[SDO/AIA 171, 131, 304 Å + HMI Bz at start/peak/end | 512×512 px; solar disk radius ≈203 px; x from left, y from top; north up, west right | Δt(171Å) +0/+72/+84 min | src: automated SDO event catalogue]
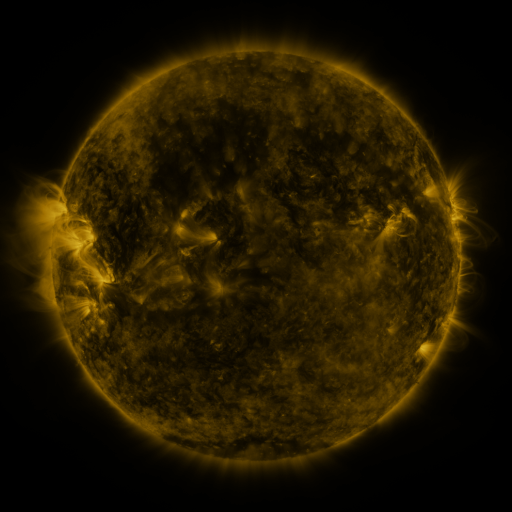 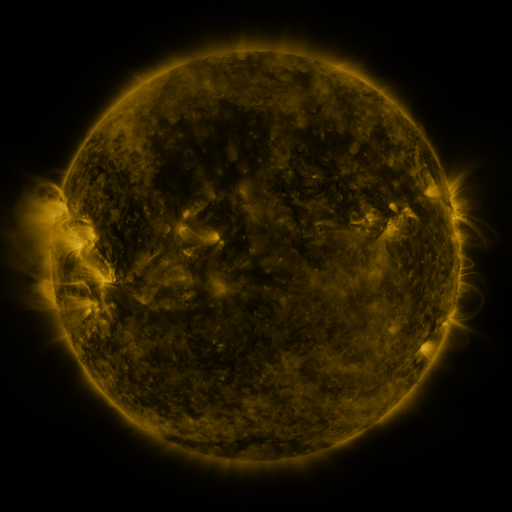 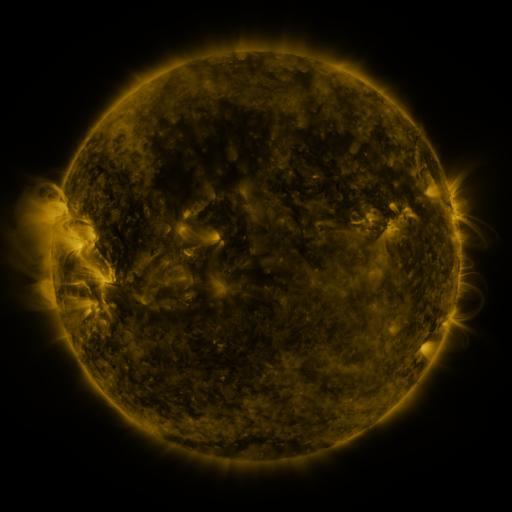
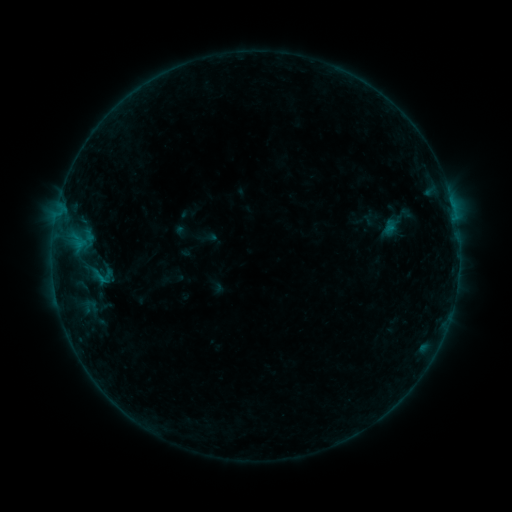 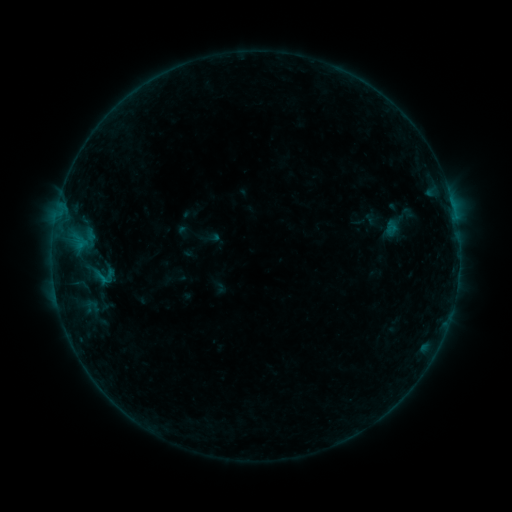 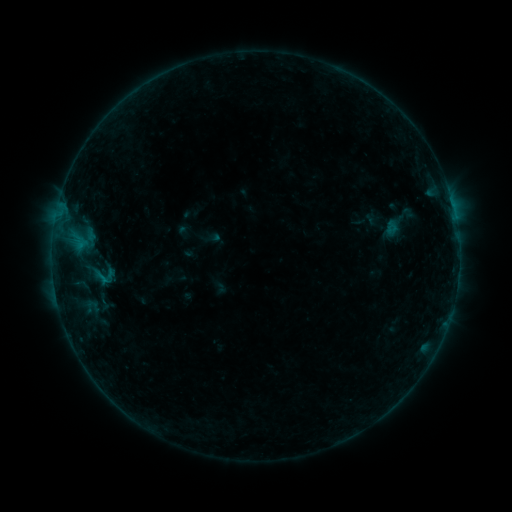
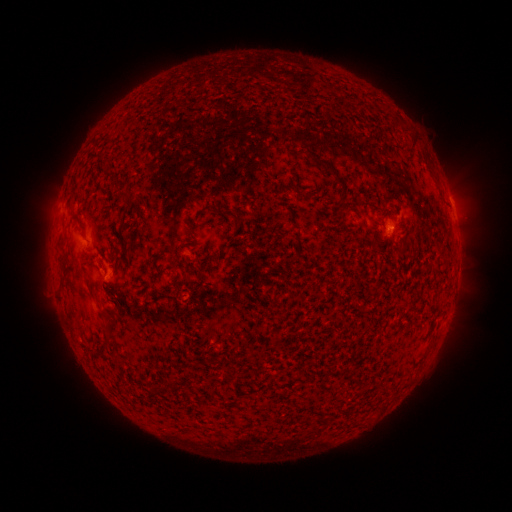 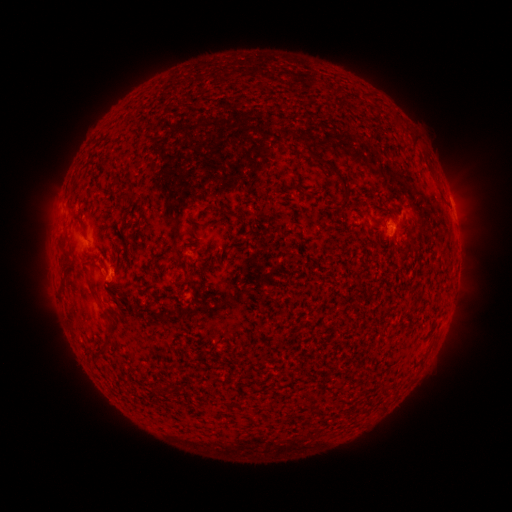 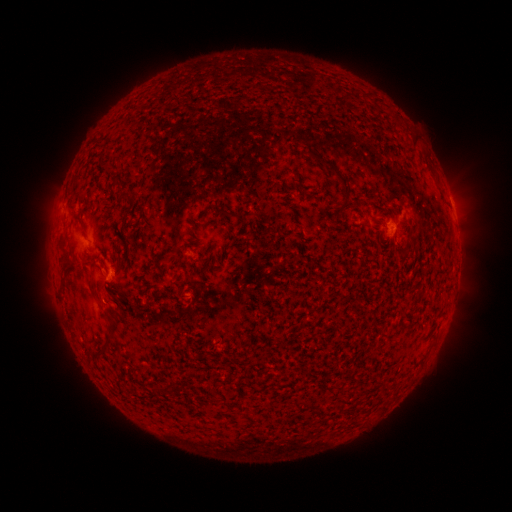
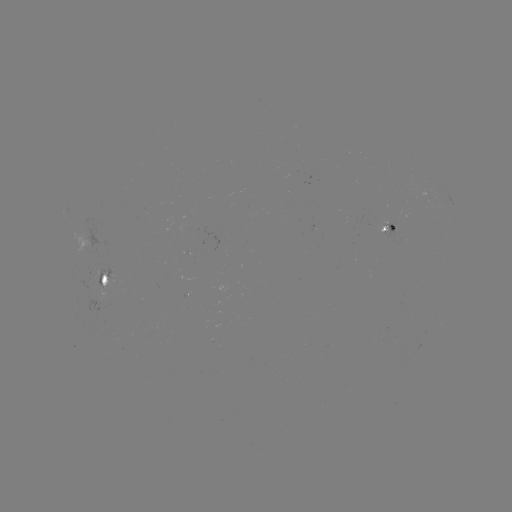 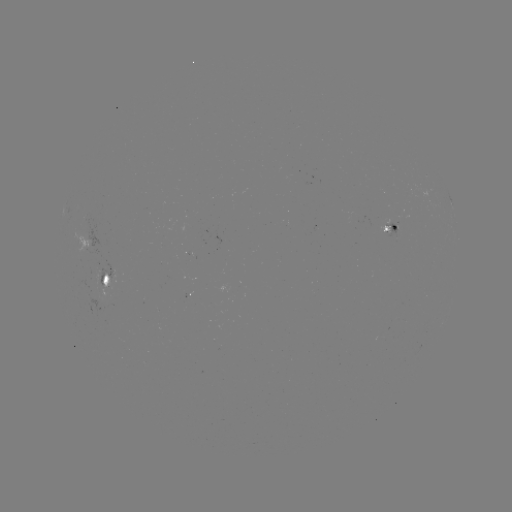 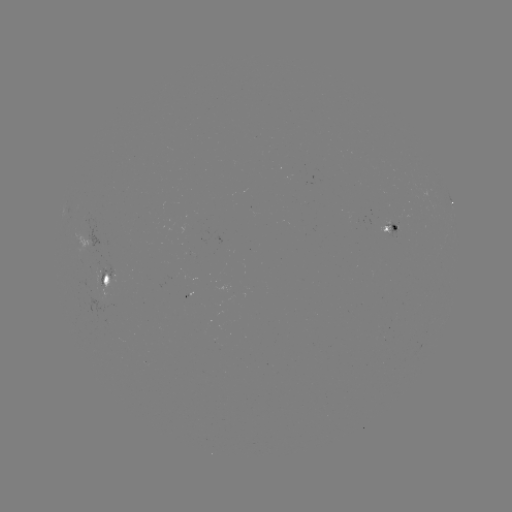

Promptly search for emerging-flux region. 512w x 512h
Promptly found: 111,273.